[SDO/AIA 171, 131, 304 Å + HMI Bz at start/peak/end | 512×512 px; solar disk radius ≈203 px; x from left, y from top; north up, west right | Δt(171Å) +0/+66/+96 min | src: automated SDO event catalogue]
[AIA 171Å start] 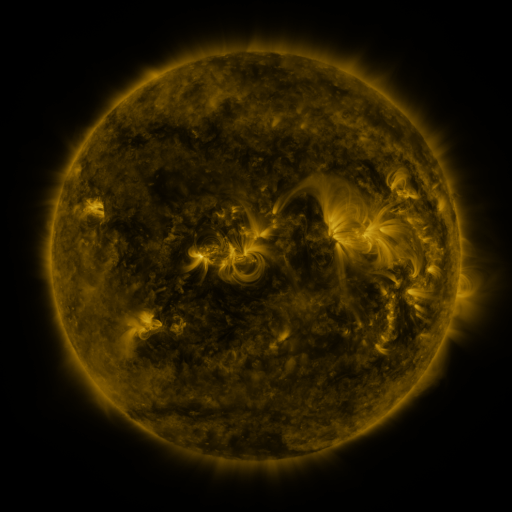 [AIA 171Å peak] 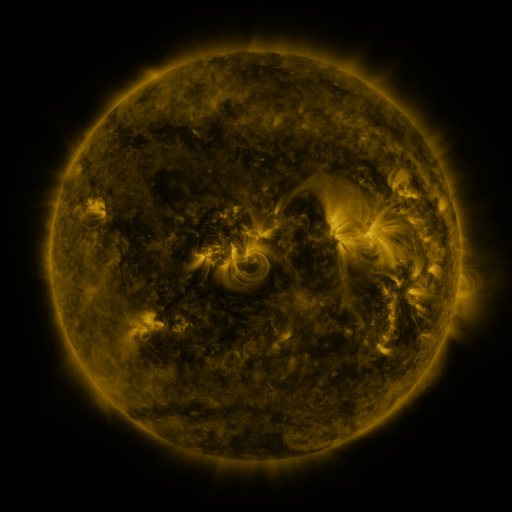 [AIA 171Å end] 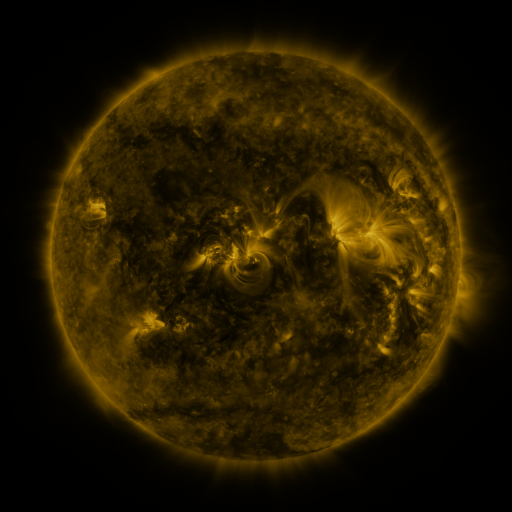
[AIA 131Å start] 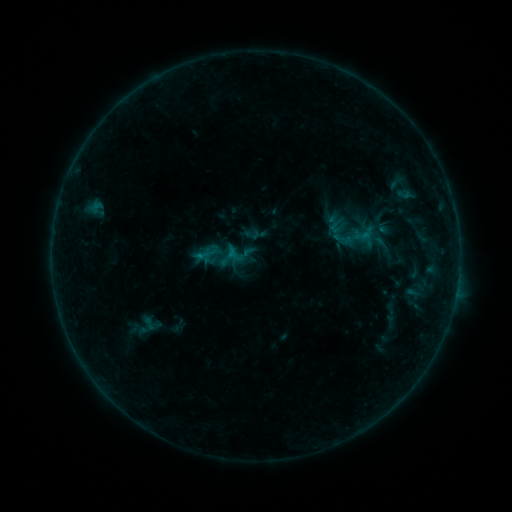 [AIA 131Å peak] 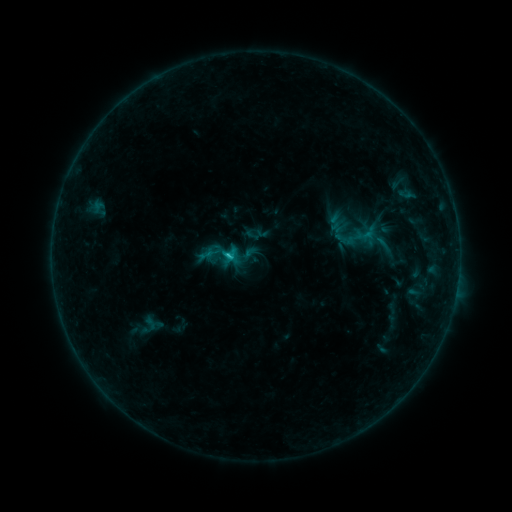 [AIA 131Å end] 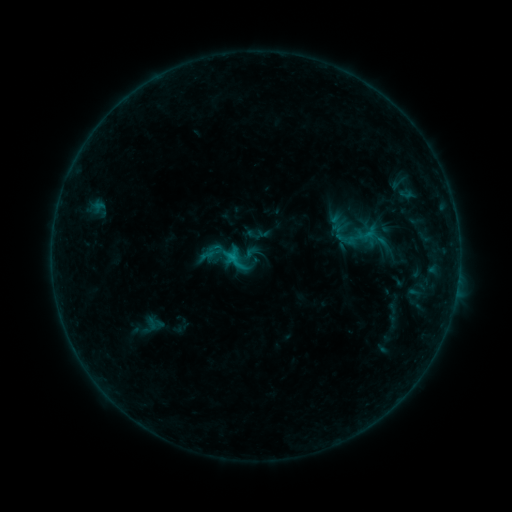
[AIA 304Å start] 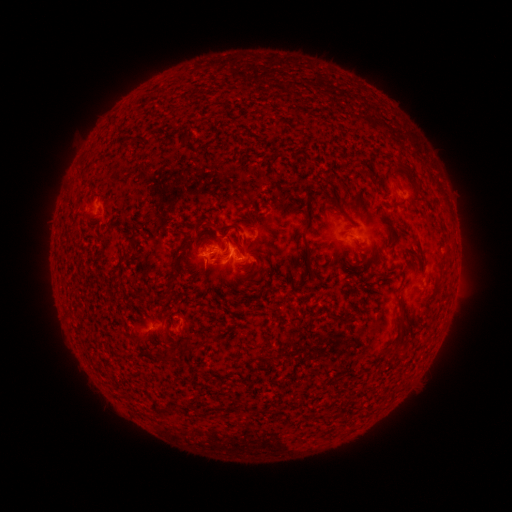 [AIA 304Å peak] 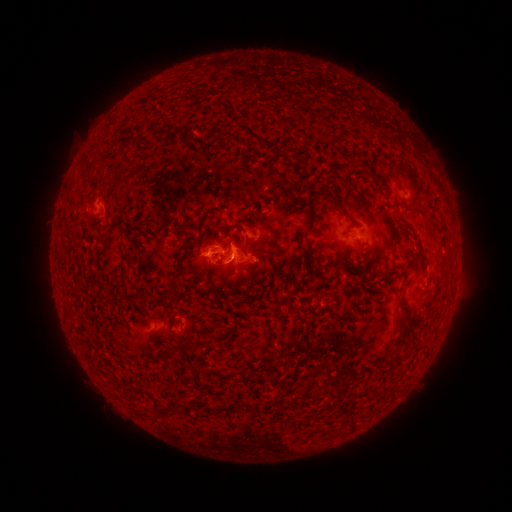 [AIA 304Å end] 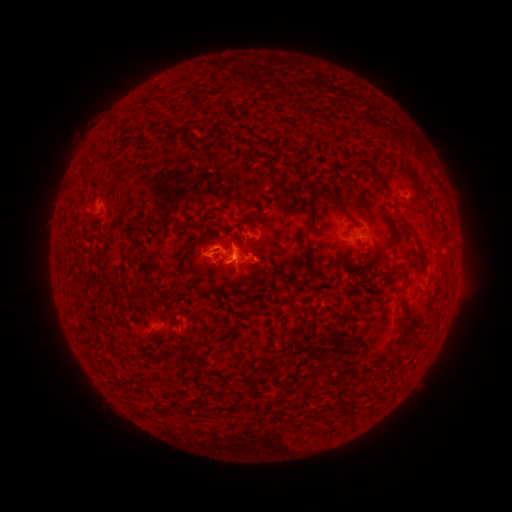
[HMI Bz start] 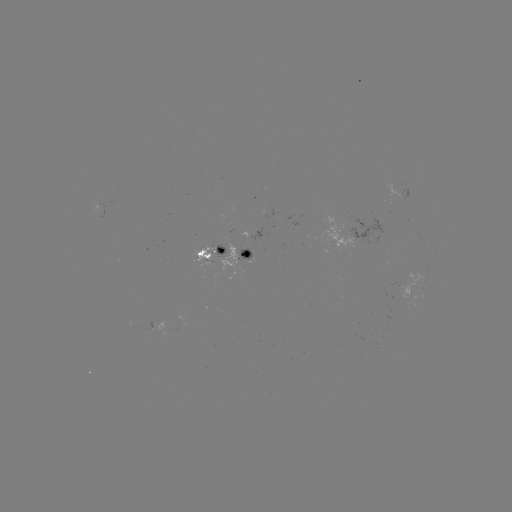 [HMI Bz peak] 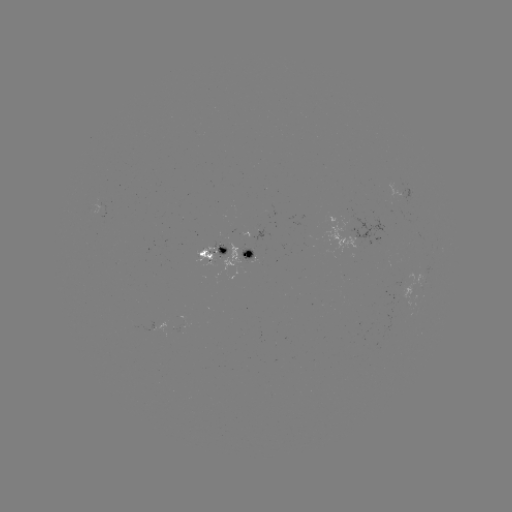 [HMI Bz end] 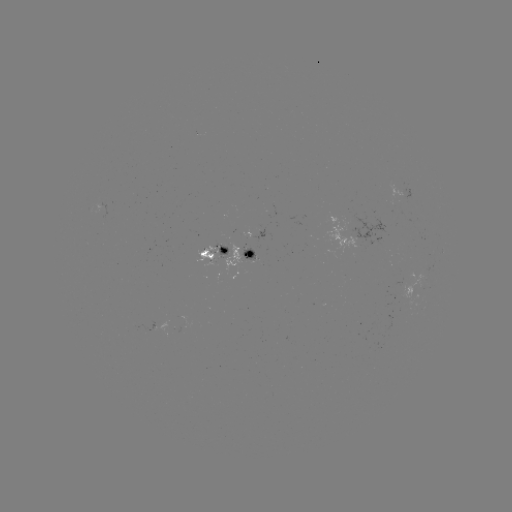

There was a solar flare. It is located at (231, 257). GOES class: C1.0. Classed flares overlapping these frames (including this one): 2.